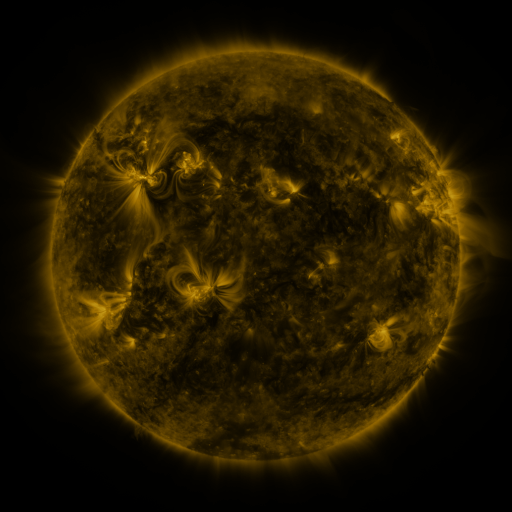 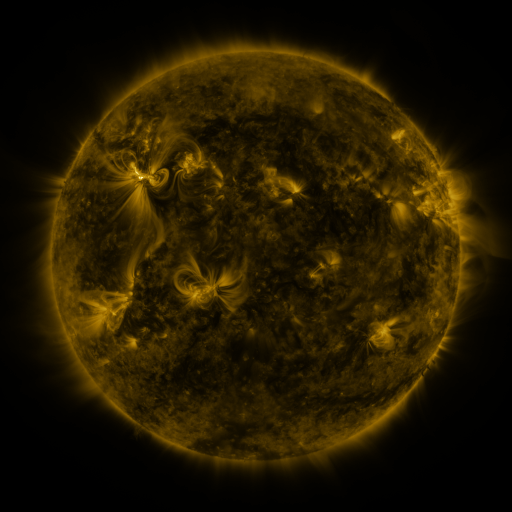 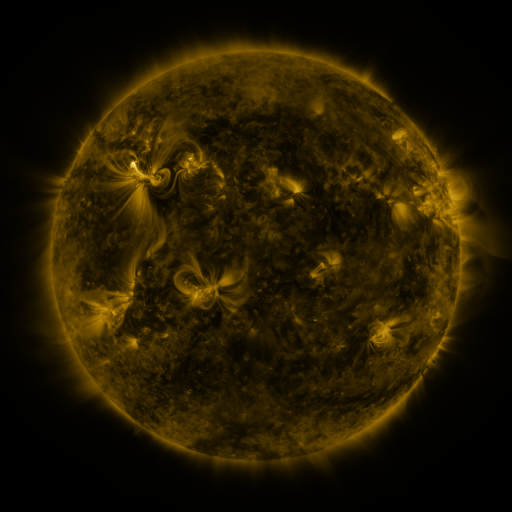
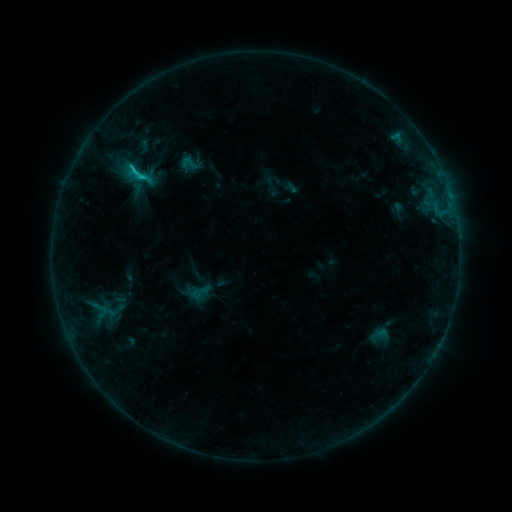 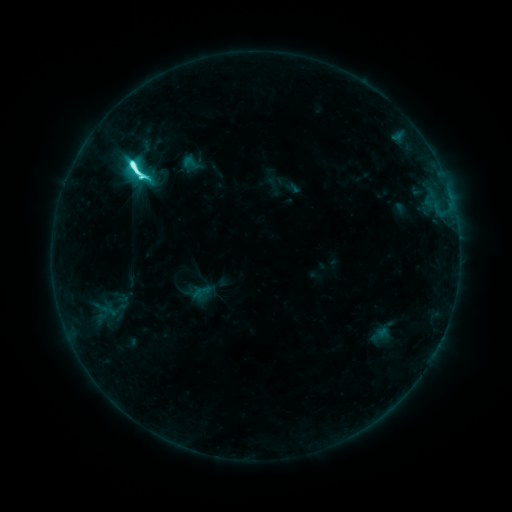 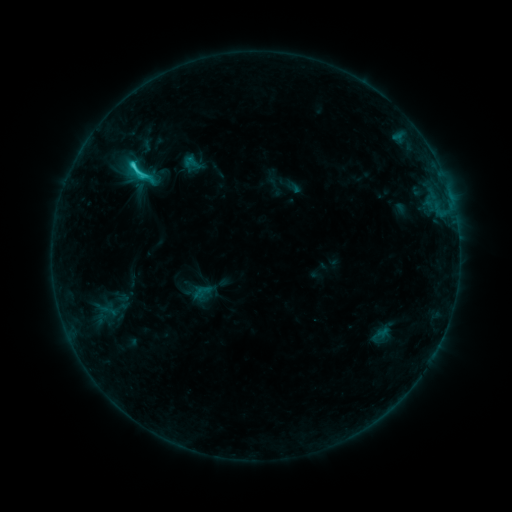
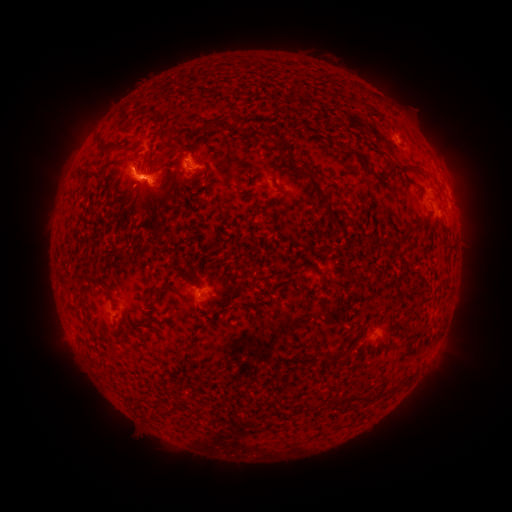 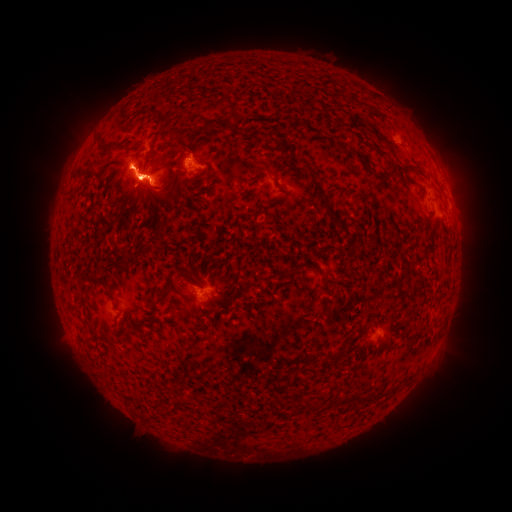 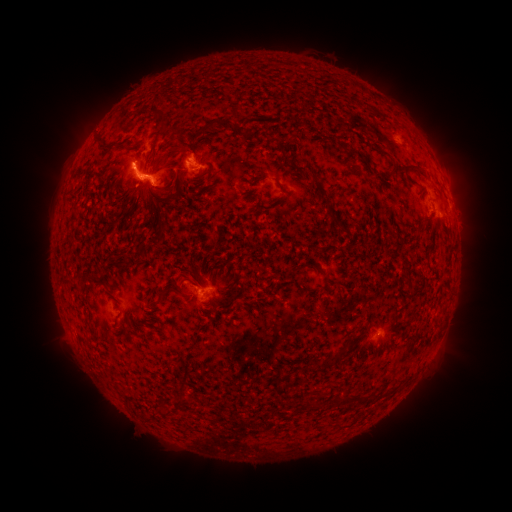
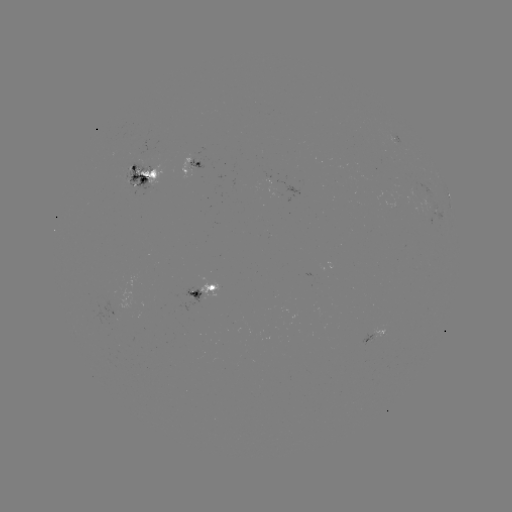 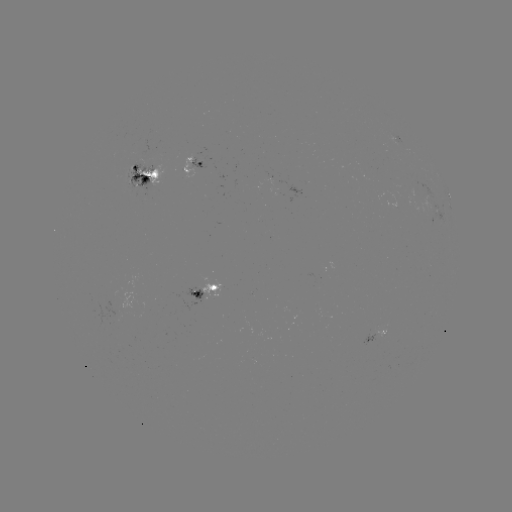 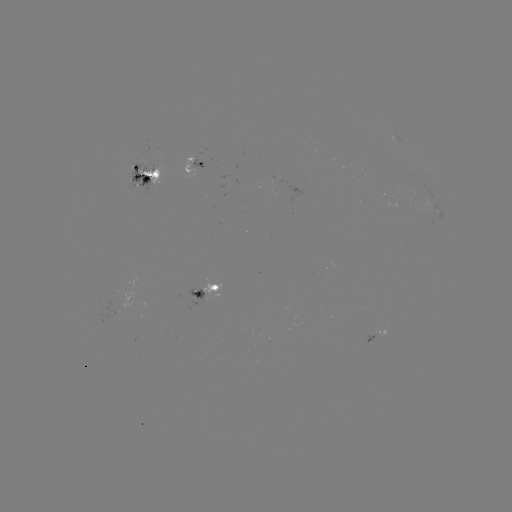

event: emerging-flux region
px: (112, 315)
